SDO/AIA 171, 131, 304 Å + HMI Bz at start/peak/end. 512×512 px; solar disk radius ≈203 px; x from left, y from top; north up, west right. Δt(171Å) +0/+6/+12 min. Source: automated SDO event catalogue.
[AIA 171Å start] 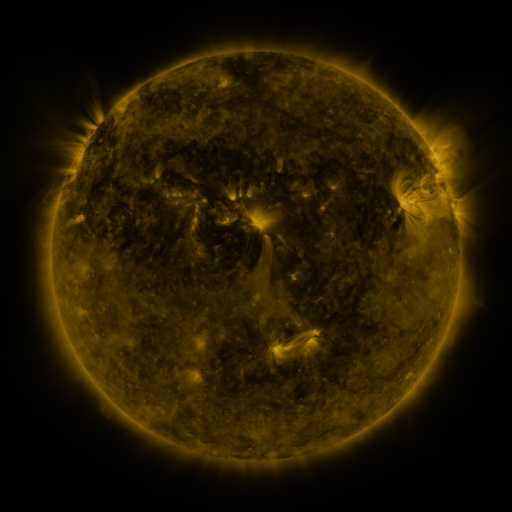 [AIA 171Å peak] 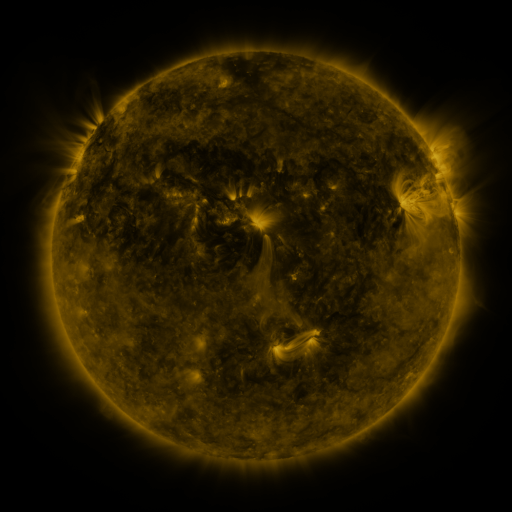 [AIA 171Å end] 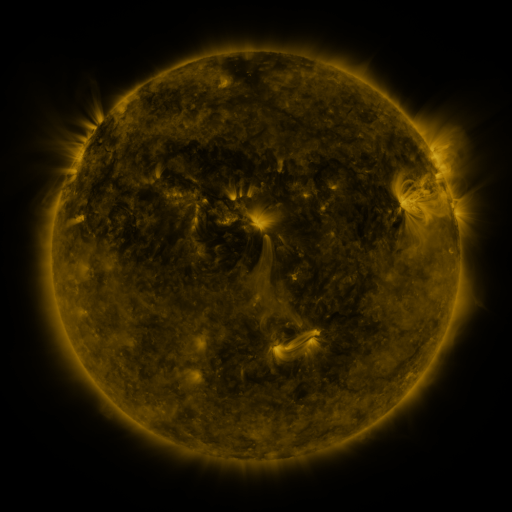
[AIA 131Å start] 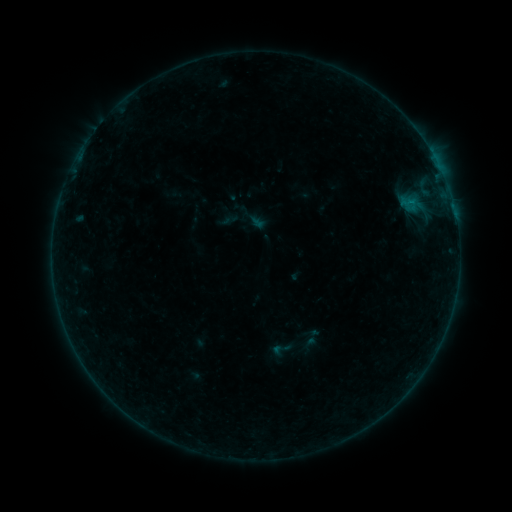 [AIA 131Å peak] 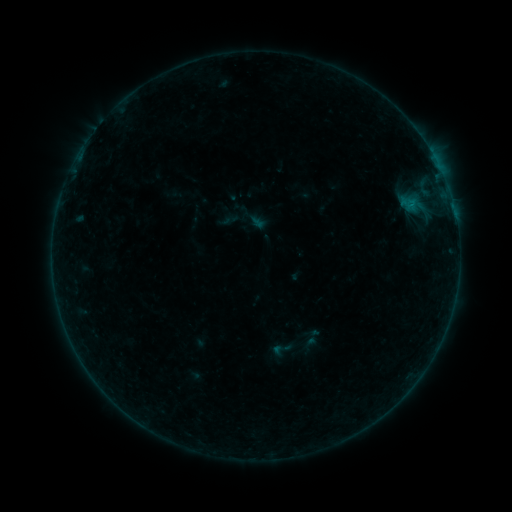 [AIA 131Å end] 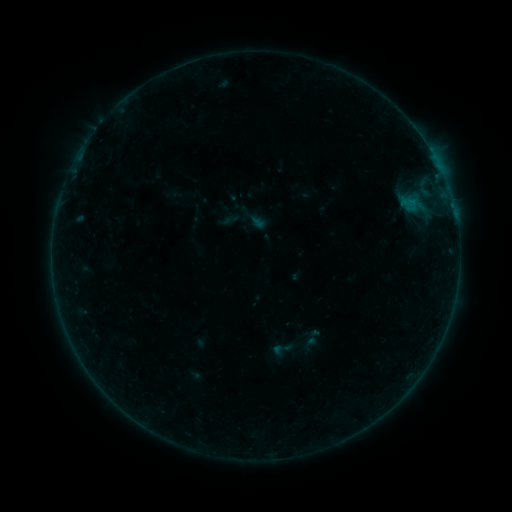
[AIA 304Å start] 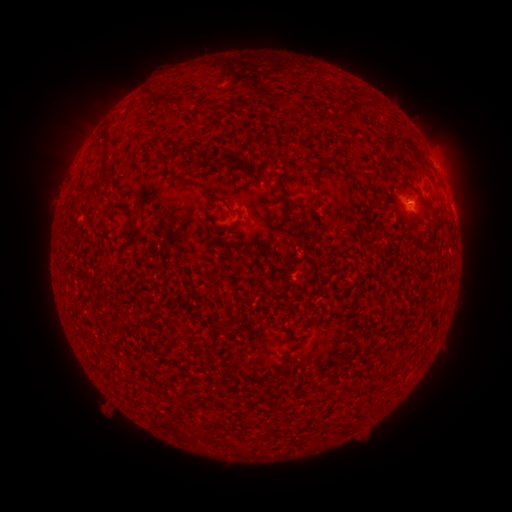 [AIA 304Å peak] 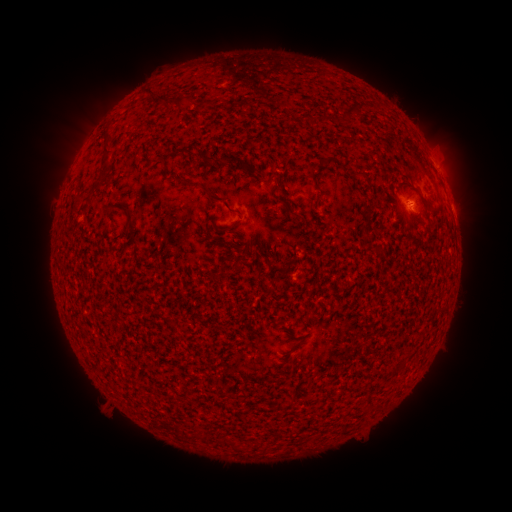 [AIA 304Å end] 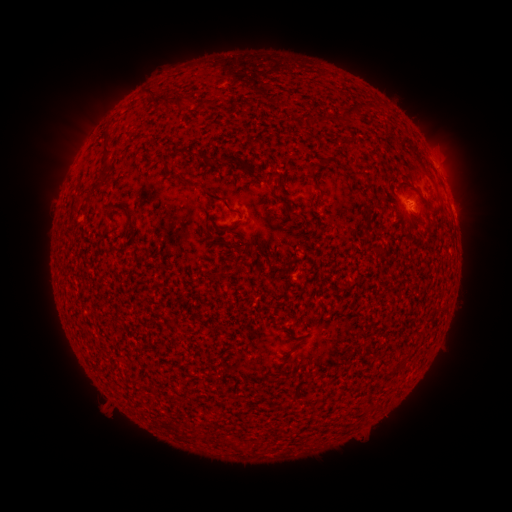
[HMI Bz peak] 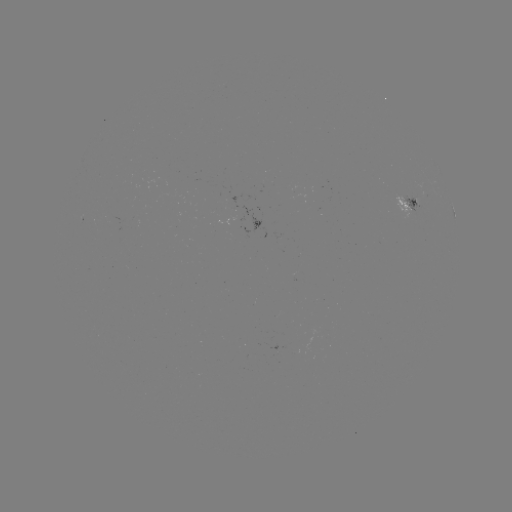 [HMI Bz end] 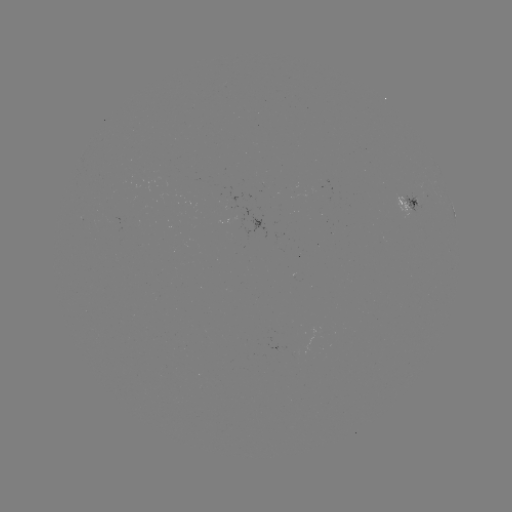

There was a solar flare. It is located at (408, 208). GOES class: B1.5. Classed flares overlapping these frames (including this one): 1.